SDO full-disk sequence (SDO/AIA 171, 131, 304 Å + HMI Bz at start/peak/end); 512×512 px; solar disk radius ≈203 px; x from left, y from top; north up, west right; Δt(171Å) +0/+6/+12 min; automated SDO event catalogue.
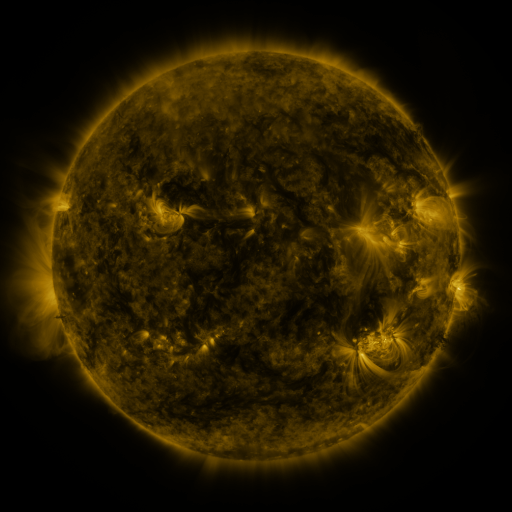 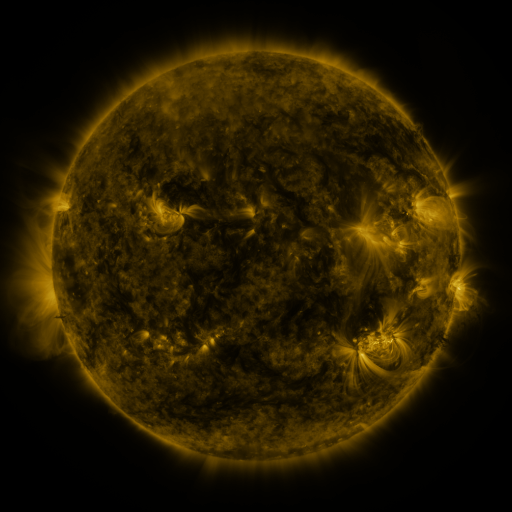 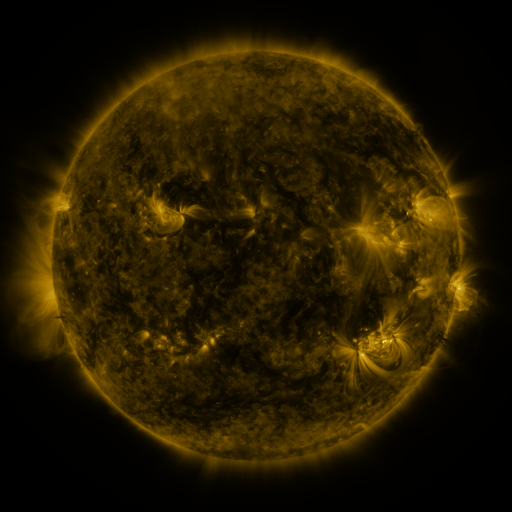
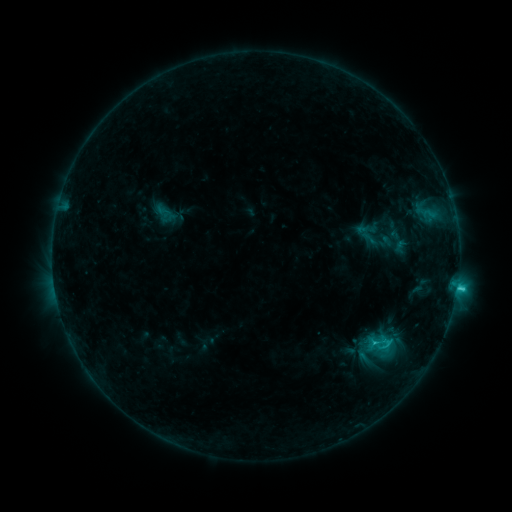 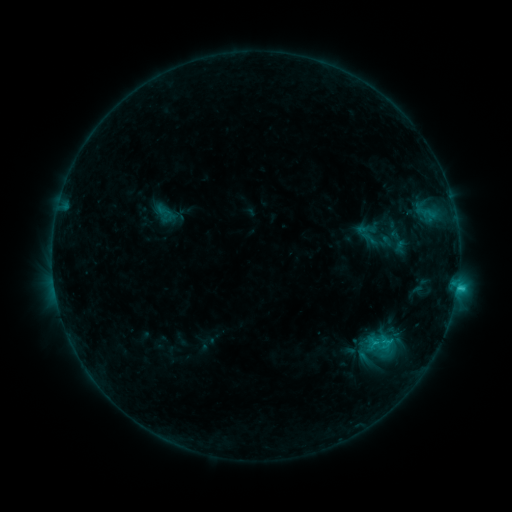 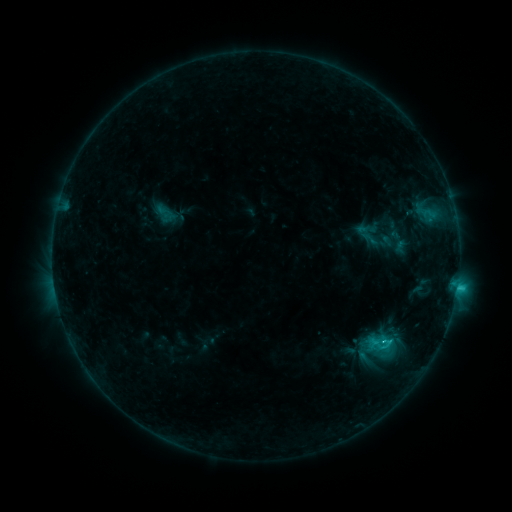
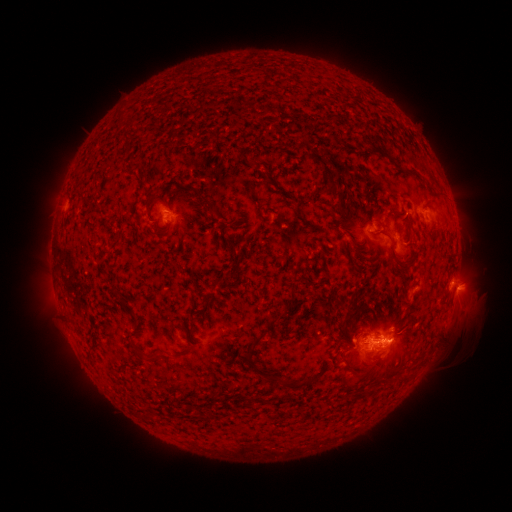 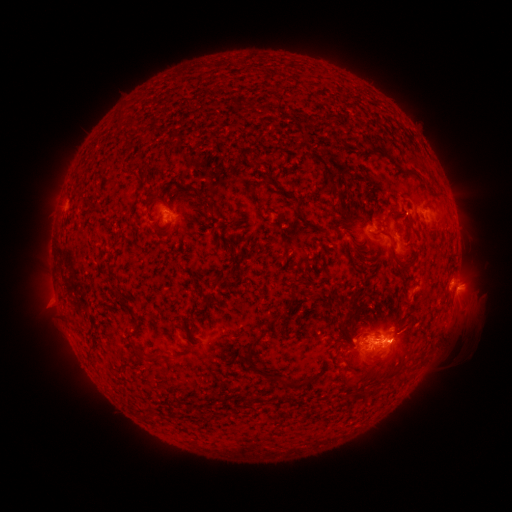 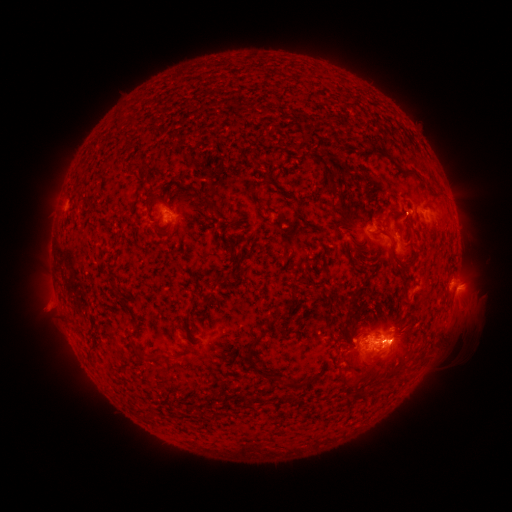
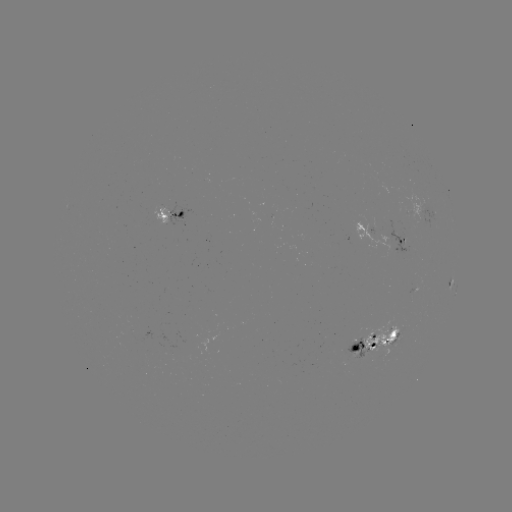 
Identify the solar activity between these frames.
eruption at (52, 301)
